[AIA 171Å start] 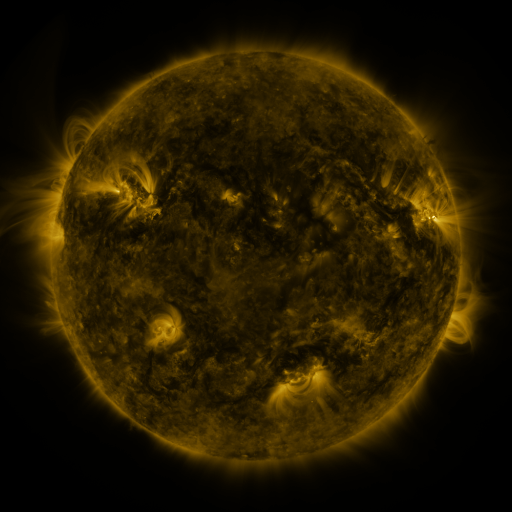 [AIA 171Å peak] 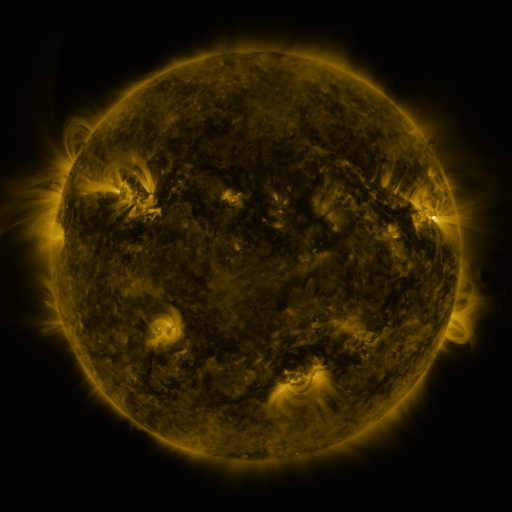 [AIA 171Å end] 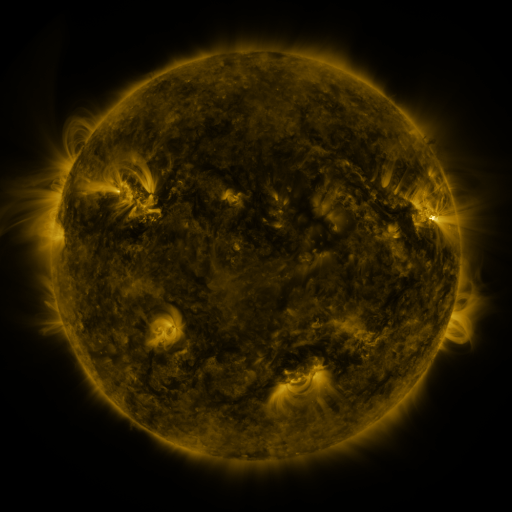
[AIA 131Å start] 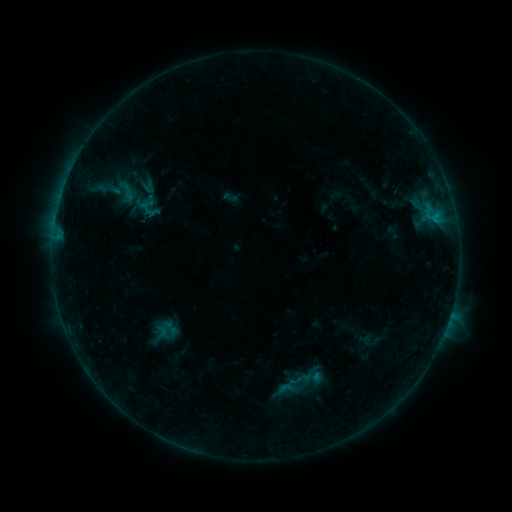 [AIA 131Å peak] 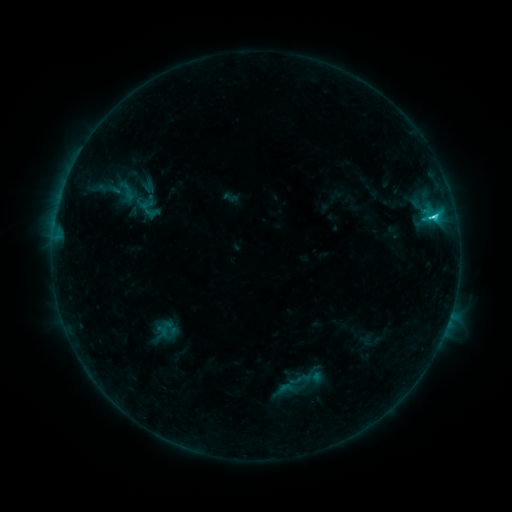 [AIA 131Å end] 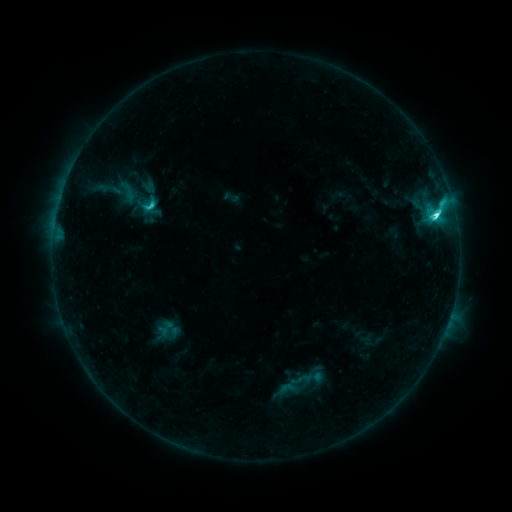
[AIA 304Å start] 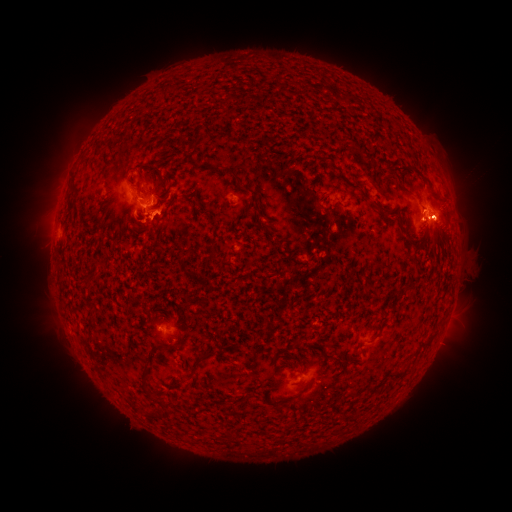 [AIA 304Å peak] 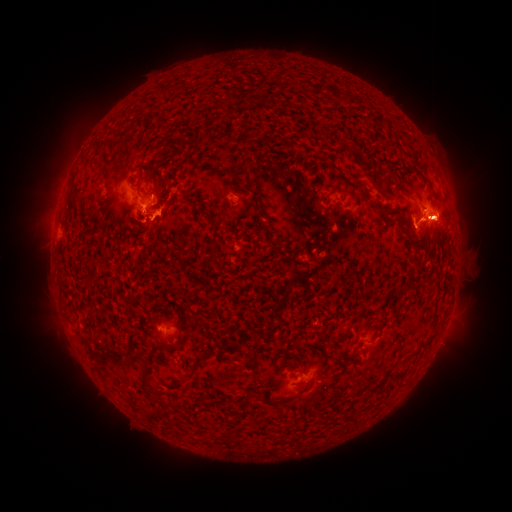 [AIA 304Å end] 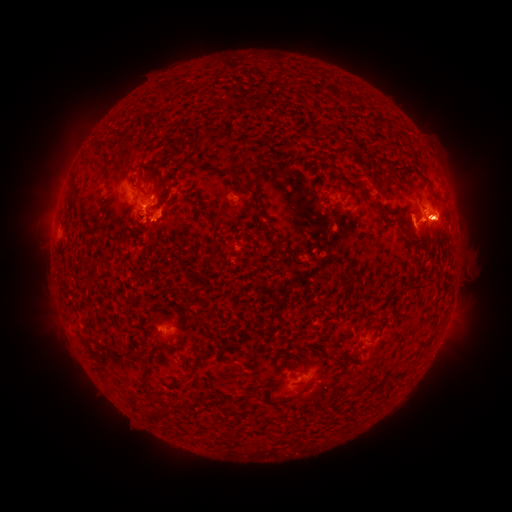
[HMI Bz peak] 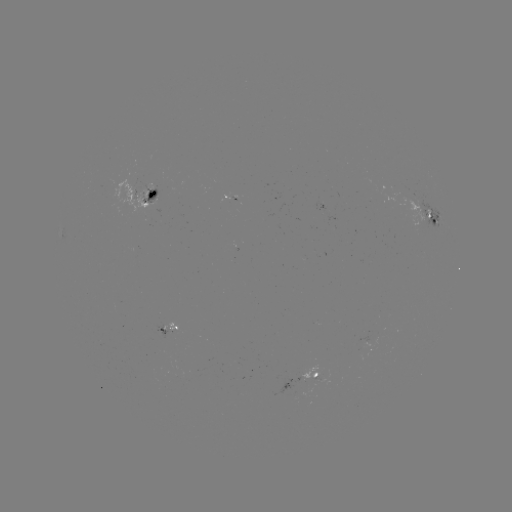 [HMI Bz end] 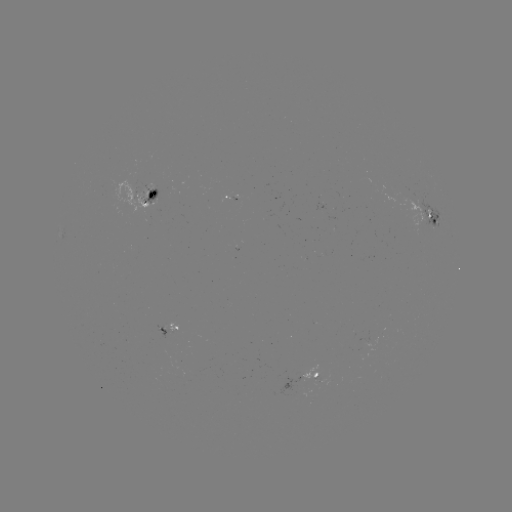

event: eruption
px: (453, 220)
